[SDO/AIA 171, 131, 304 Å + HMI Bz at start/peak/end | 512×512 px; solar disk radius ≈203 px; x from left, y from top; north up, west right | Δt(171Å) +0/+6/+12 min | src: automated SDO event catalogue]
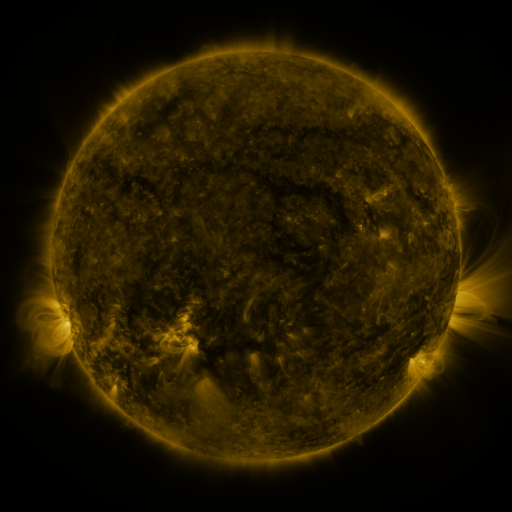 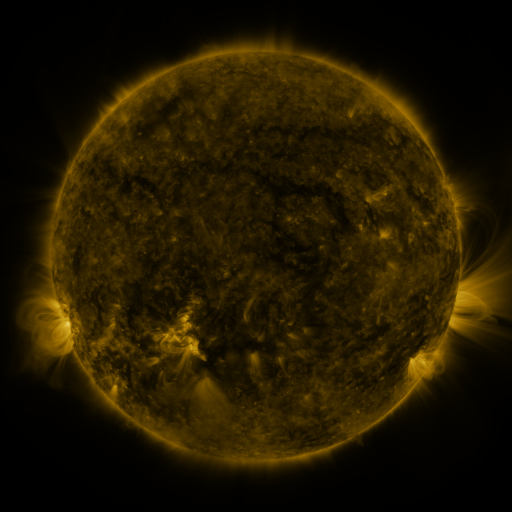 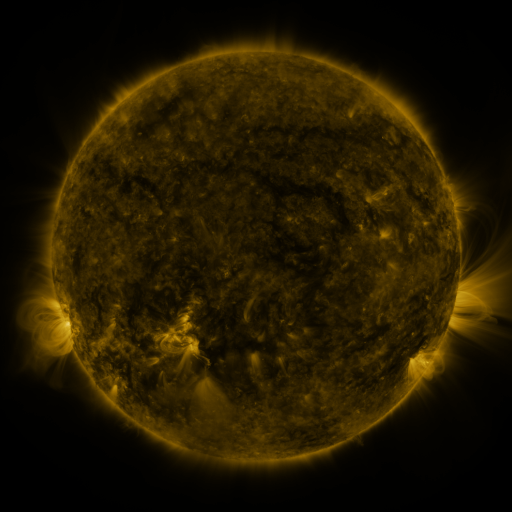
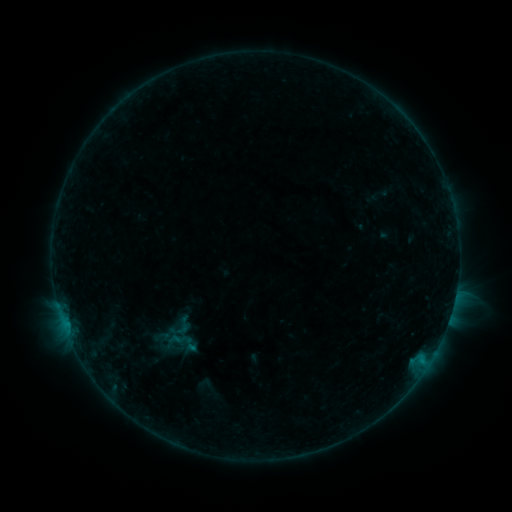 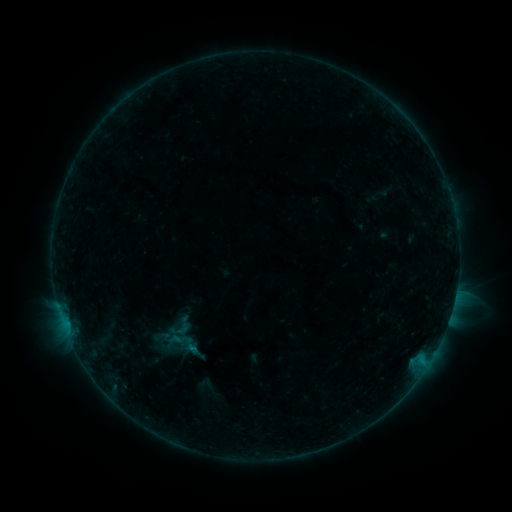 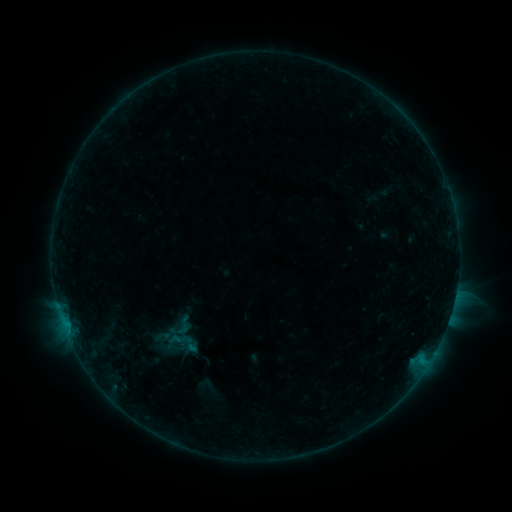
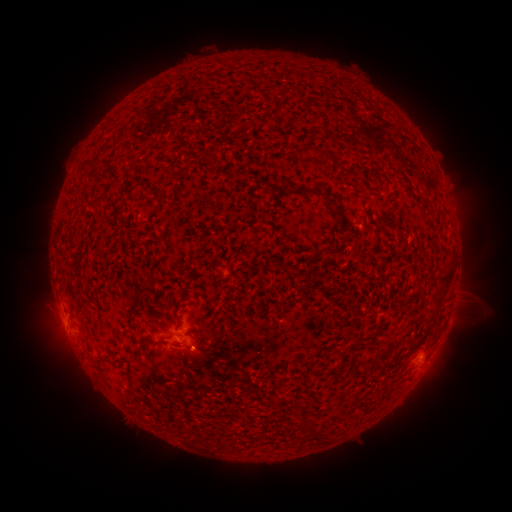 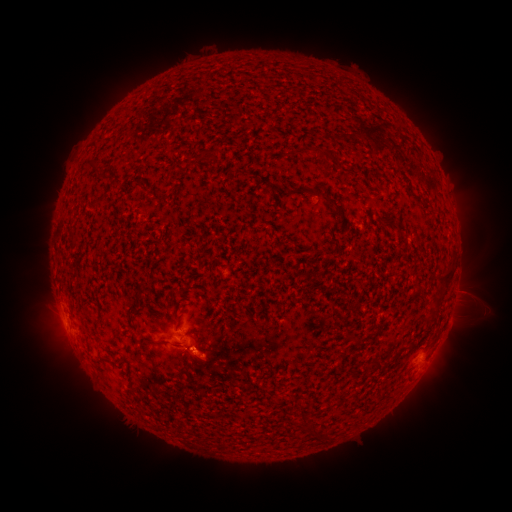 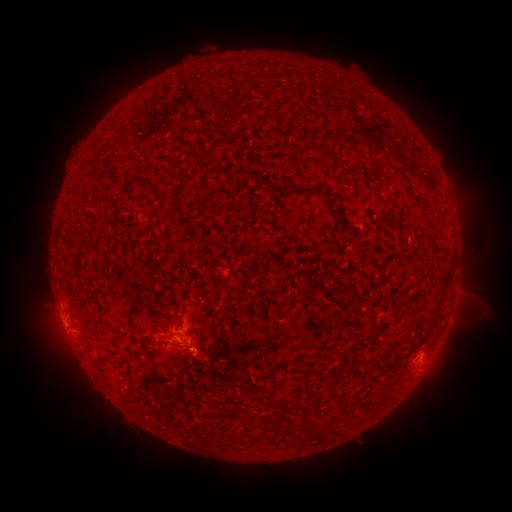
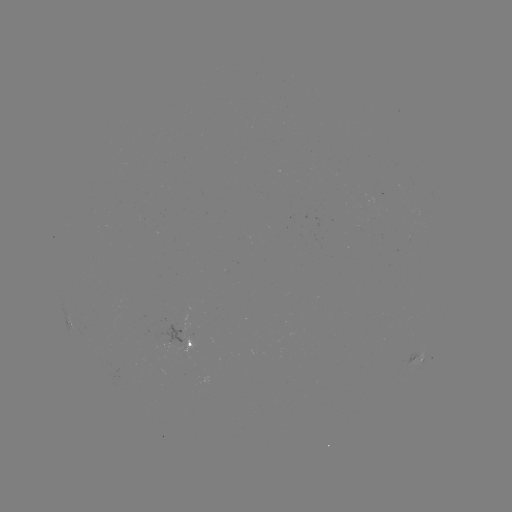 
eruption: [181, 339, 236, 391]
